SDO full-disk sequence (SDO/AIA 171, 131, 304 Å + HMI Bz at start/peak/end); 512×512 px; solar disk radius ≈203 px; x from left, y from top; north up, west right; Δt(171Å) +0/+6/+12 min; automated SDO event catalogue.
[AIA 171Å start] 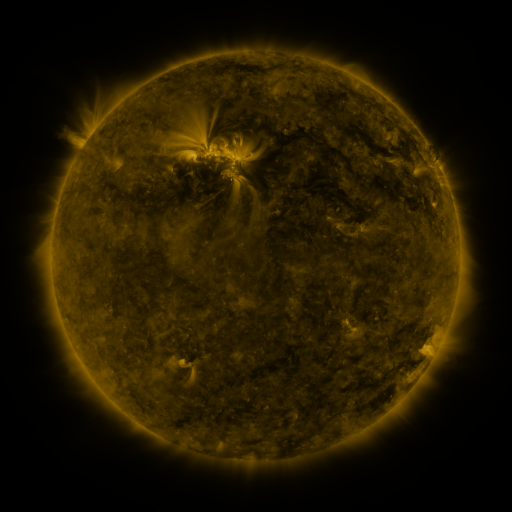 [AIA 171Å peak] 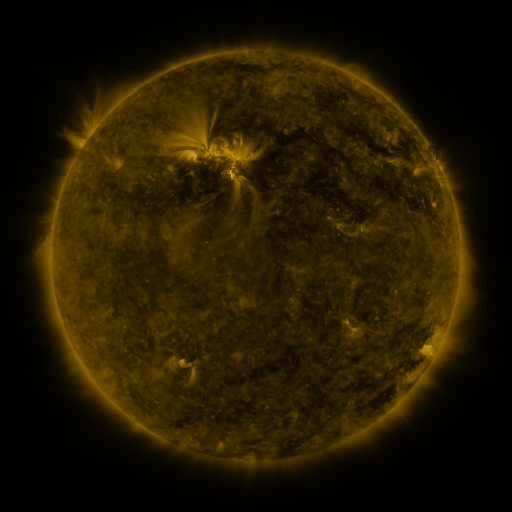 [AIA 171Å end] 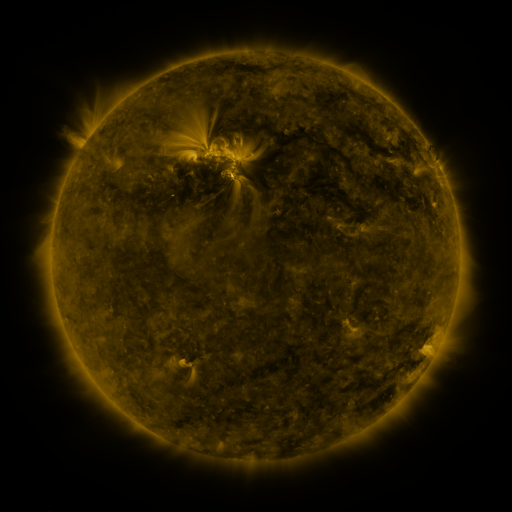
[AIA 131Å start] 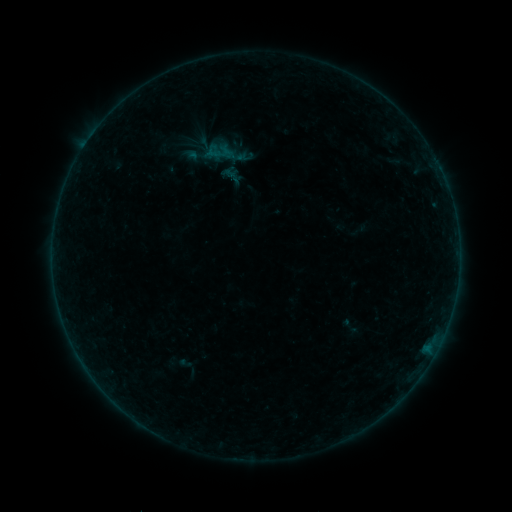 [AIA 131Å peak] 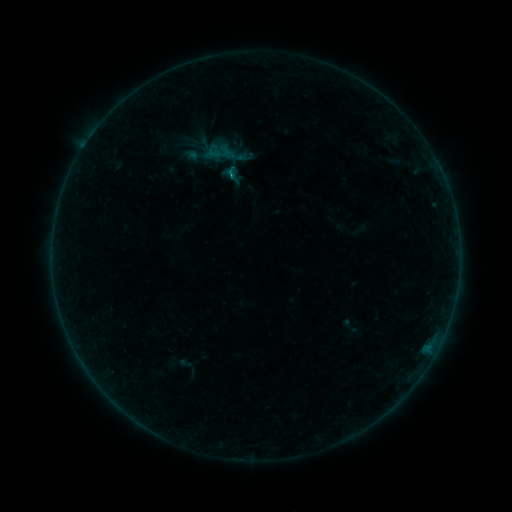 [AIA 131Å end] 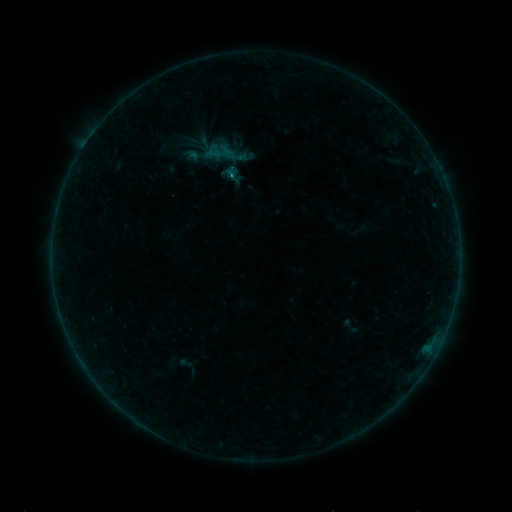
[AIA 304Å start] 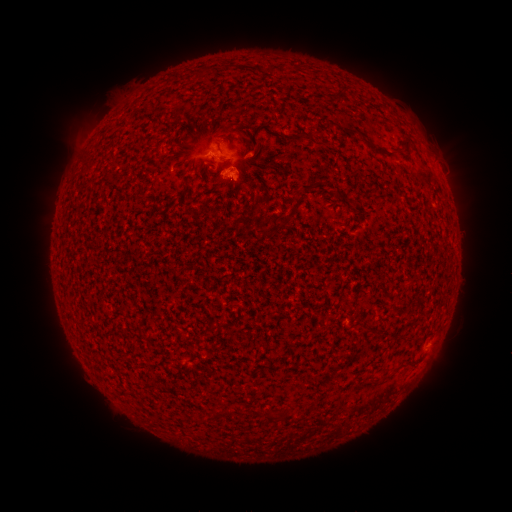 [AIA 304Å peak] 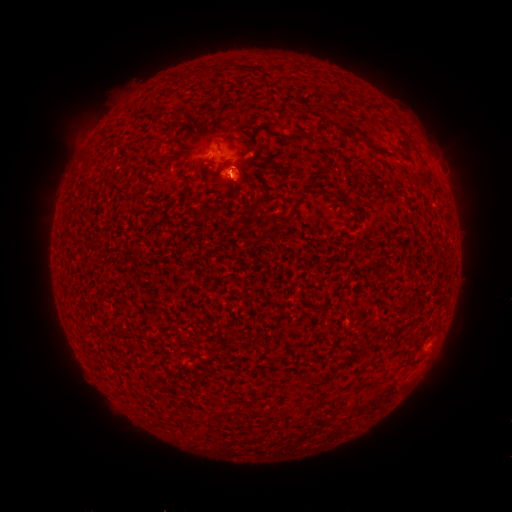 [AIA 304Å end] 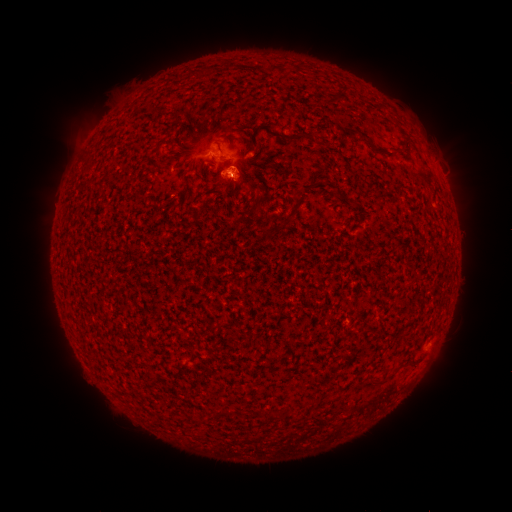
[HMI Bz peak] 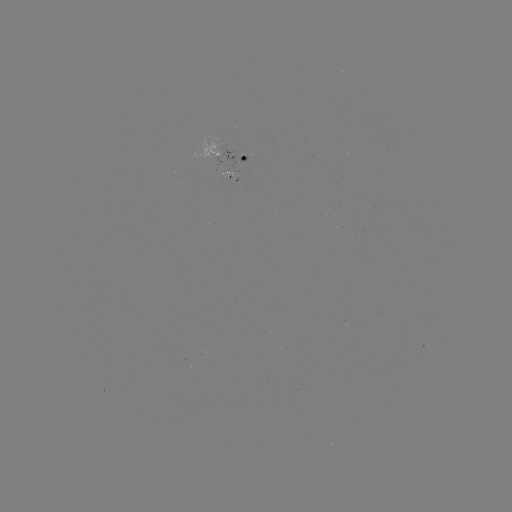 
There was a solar flare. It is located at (232, 179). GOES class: B2.7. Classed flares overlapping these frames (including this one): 1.